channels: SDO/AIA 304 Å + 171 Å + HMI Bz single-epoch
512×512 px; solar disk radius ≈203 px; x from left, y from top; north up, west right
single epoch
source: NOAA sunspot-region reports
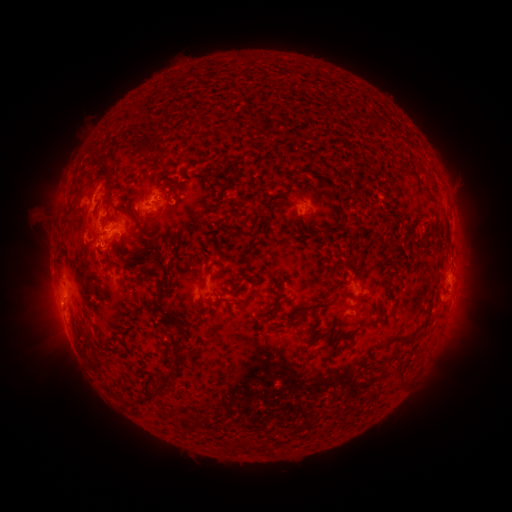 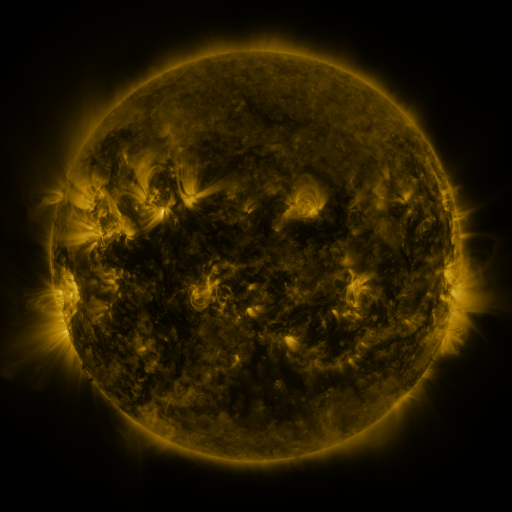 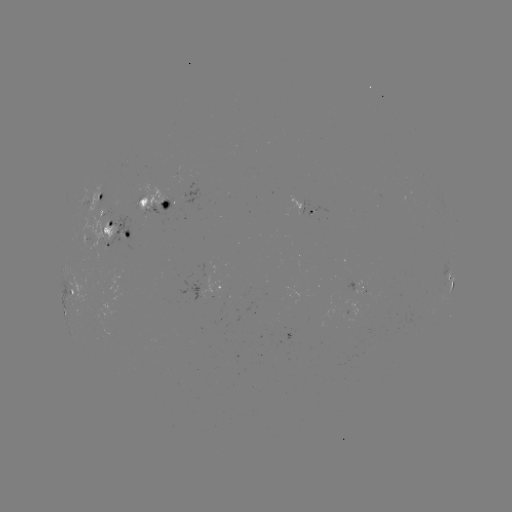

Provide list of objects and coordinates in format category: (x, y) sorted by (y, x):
spotted active region: (98, 196)
spotted active region: (150, 203)
spotted active region: (311, 209)
spotted active region: (447, 210)
spotted active region: (114, 233)
spotted active region: (451, 281)
spotted active region: (217, 286)
spotted active region: (361, 288)
spotted active region: (70, 294)
